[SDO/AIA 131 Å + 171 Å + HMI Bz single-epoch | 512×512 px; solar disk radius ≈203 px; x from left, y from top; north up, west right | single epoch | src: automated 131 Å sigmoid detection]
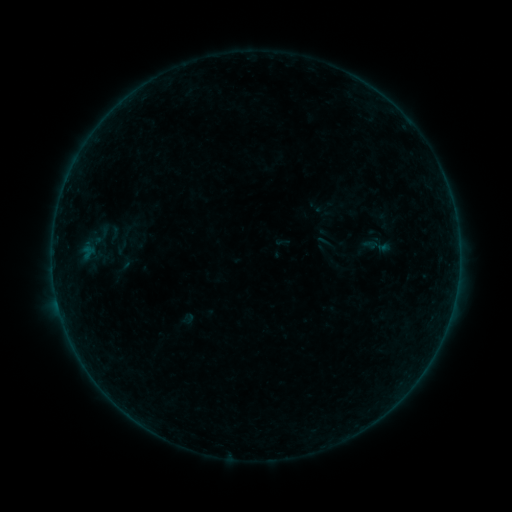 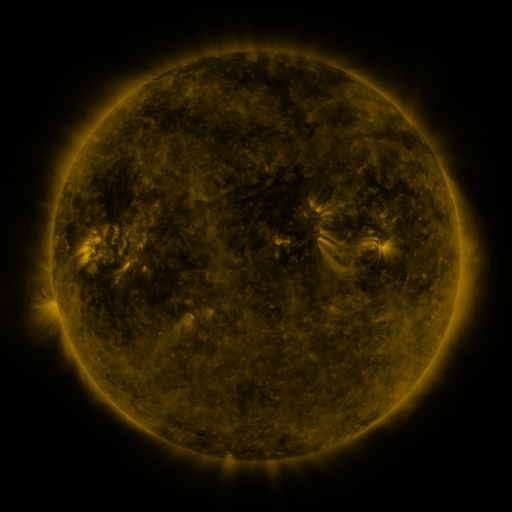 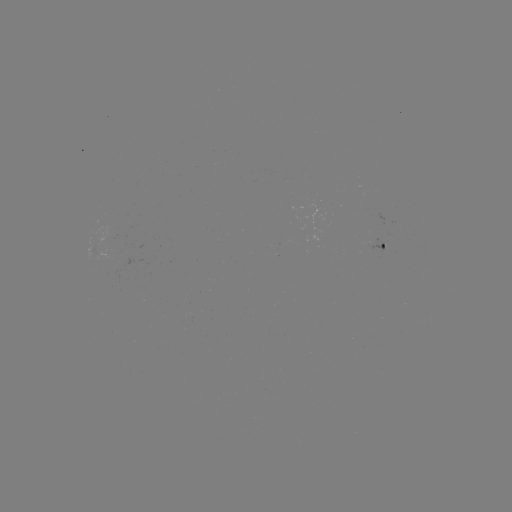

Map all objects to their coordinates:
sigmoid: (114, 234)
